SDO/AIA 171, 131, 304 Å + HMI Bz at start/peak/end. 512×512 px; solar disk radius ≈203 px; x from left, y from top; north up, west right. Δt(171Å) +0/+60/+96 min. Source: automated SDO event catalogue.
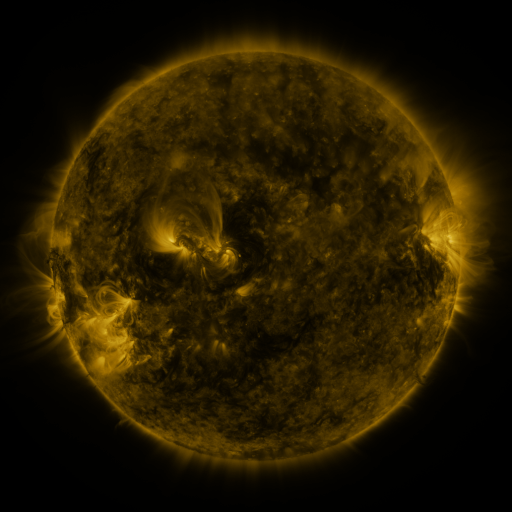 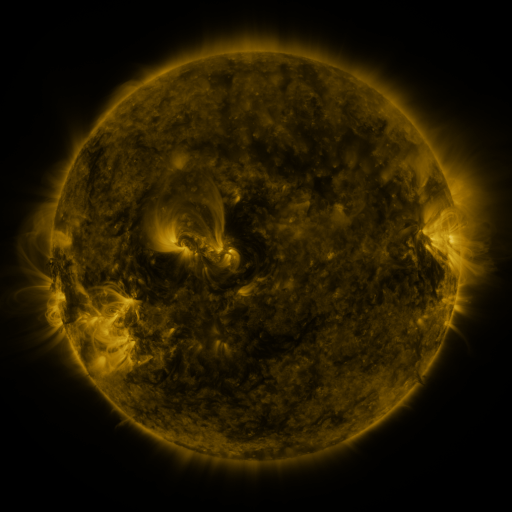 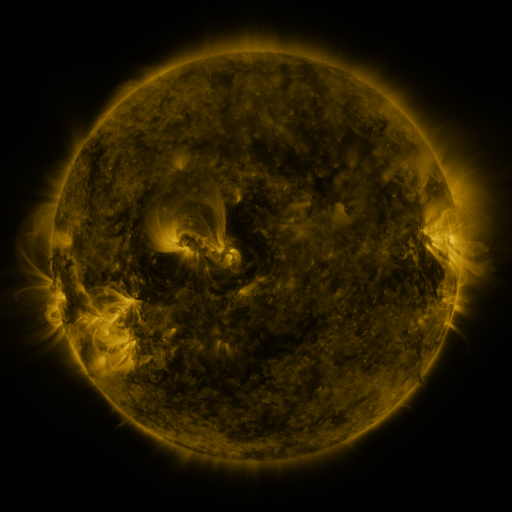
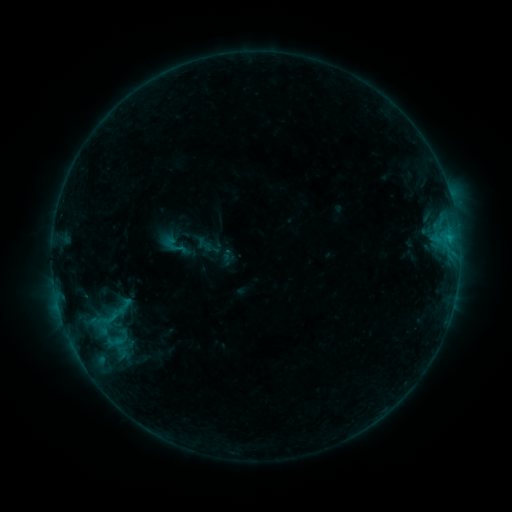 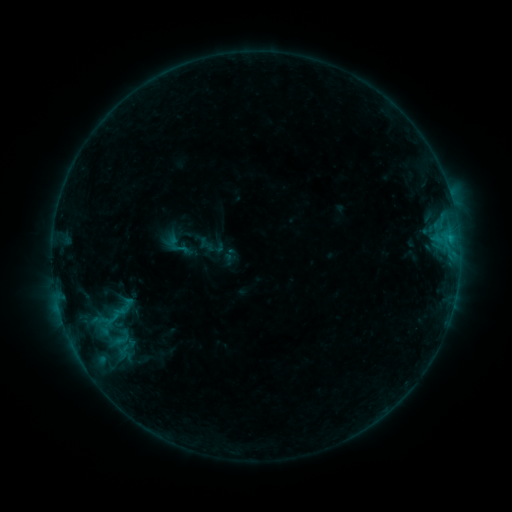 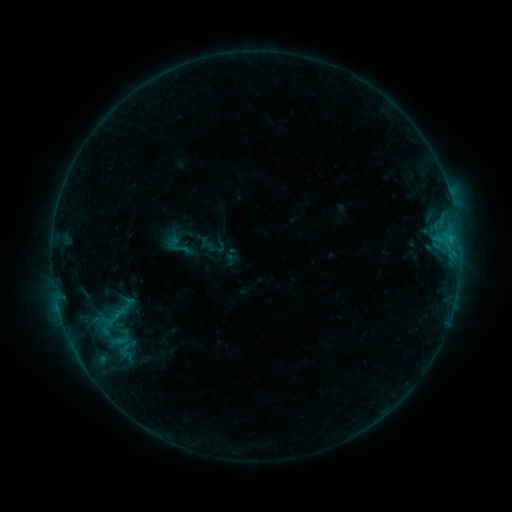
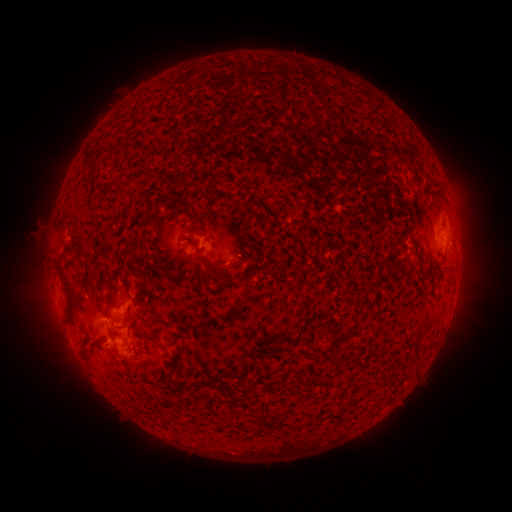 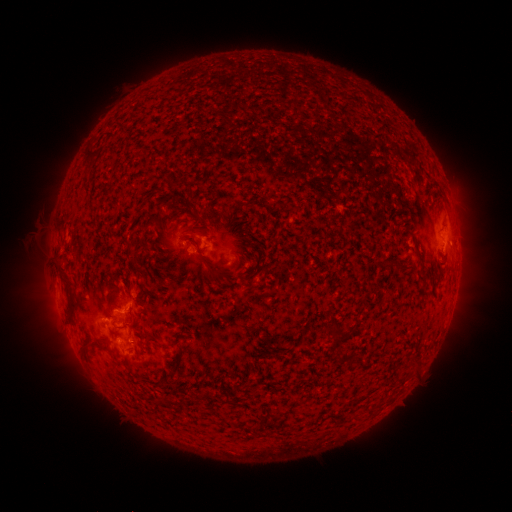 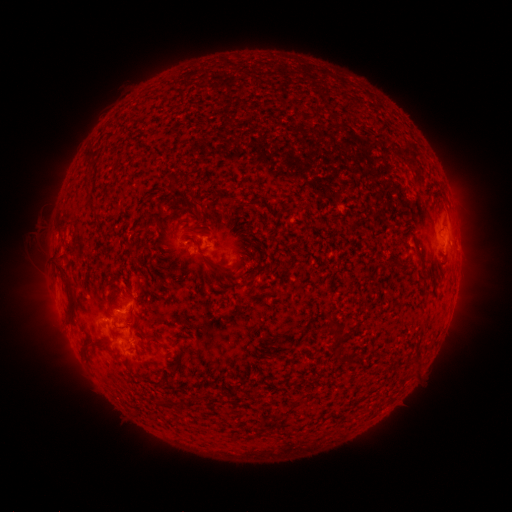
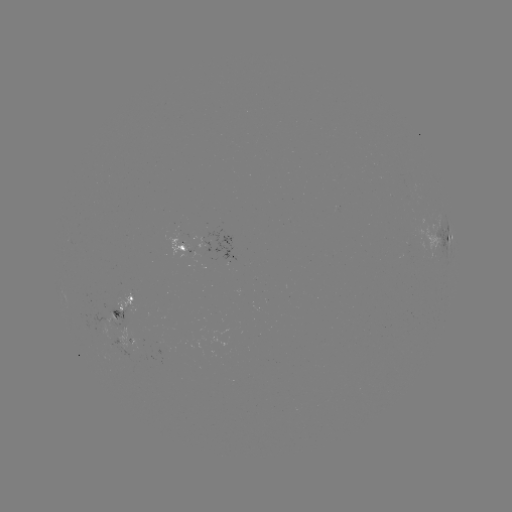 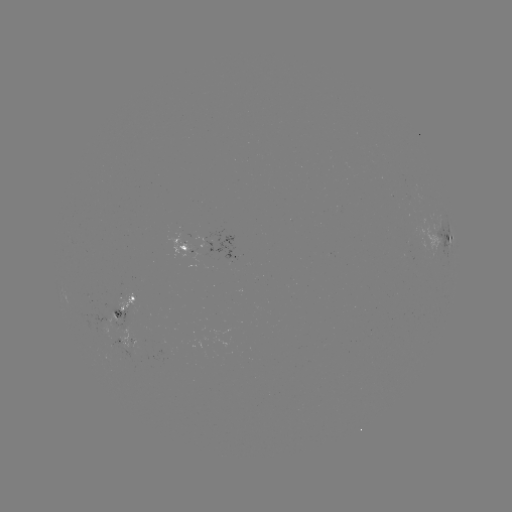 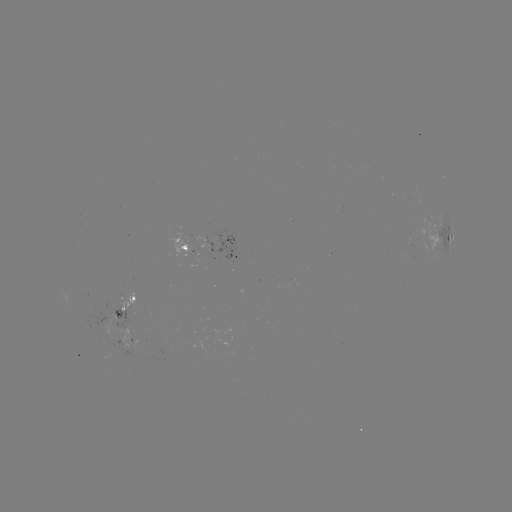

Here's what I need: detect emerging-flux region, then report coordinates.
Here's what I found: emerging-flux region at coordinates [104, 330].